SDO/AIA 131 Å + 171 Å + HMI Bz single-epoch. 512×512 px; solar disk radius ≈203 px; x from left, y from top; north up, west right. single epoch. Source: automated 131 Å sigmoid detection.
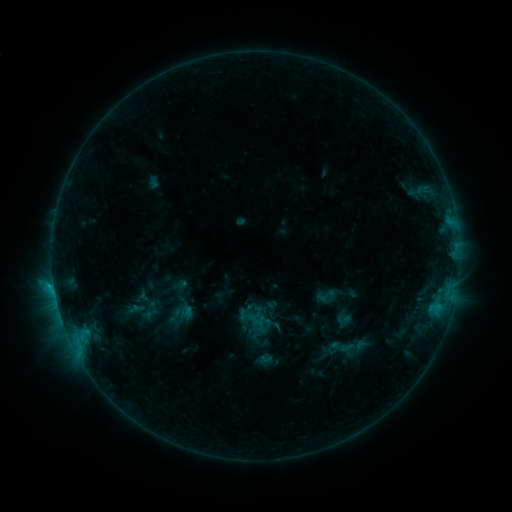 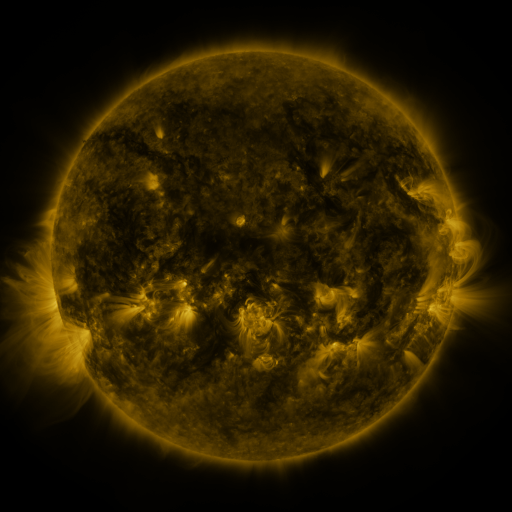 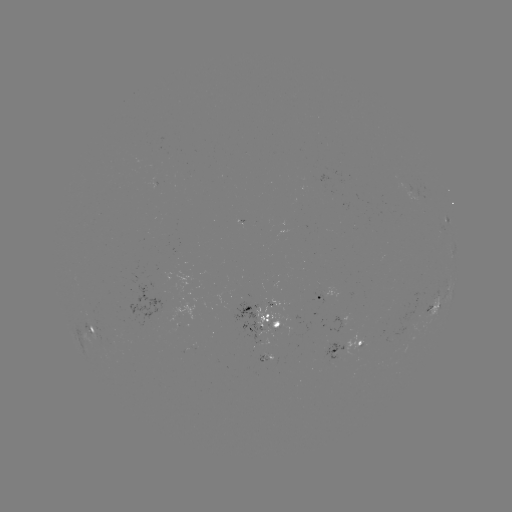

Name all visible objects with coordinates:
sigmoid: (327, 296)
